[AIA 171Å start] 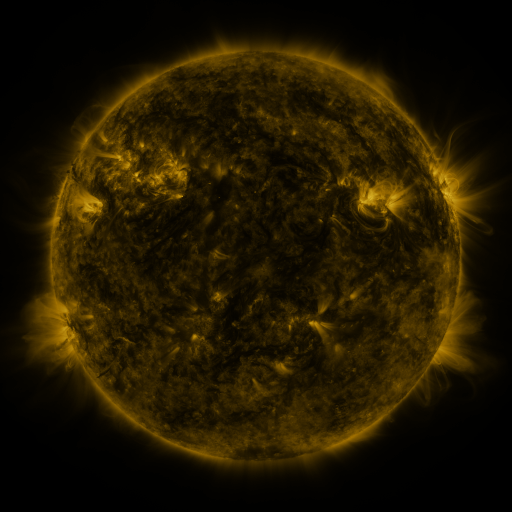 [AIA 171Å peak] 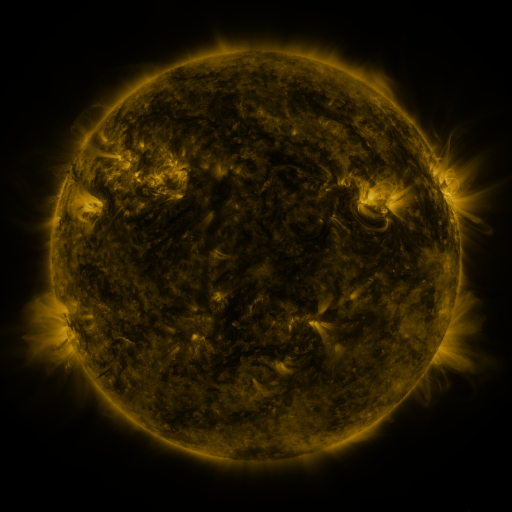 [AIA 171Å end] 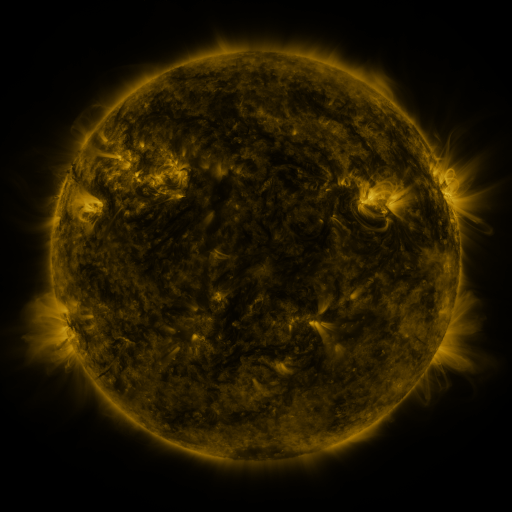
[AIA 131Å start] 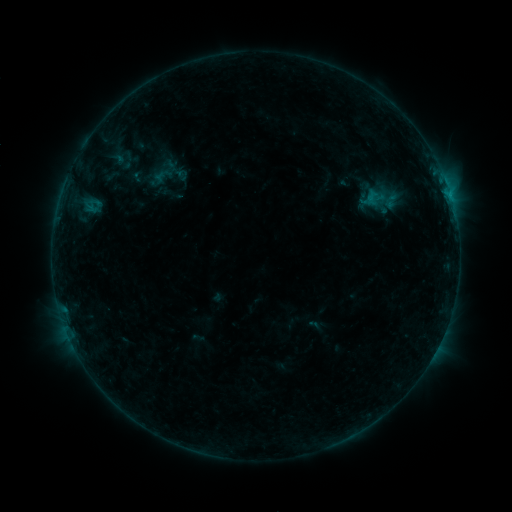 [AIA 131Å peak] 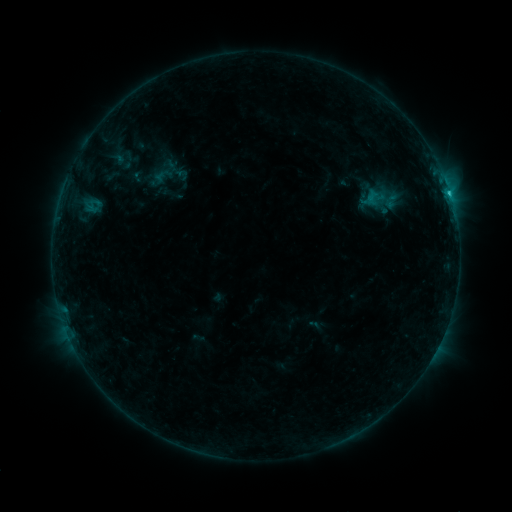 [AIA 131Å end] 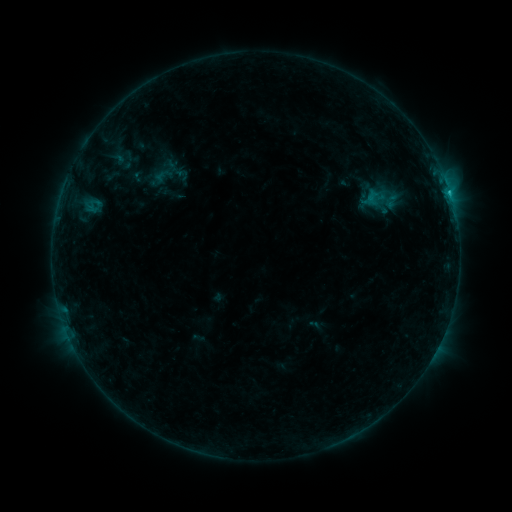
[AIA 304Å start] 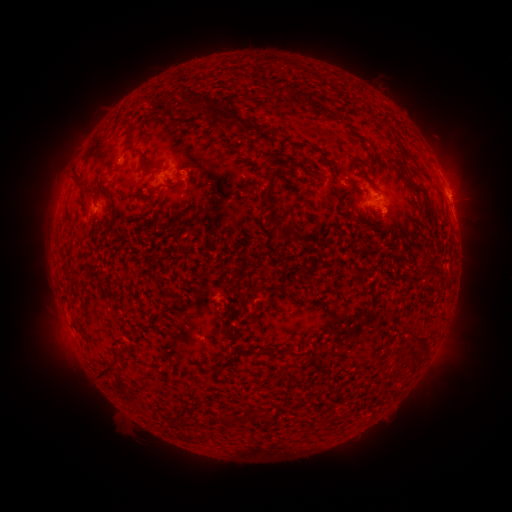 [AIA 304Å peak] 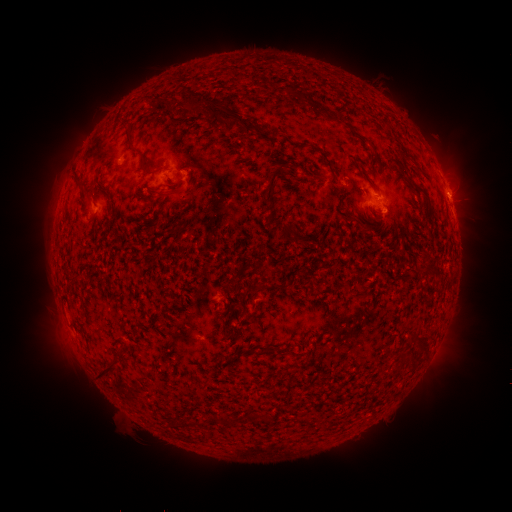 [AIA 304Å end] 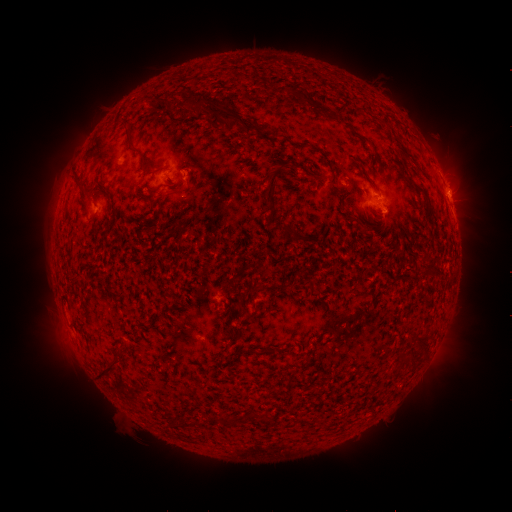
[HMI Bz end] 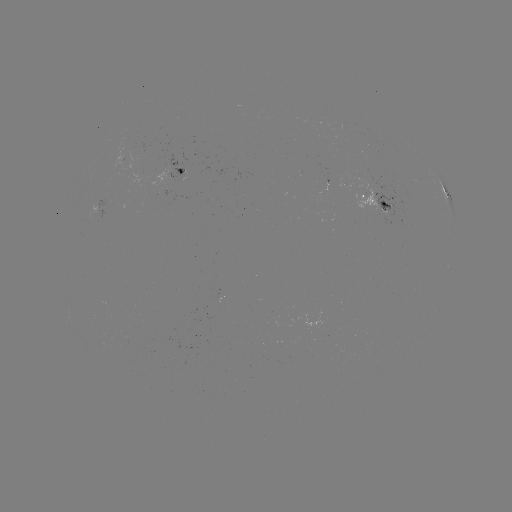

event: flare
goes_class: C1.2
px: (449, 195)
